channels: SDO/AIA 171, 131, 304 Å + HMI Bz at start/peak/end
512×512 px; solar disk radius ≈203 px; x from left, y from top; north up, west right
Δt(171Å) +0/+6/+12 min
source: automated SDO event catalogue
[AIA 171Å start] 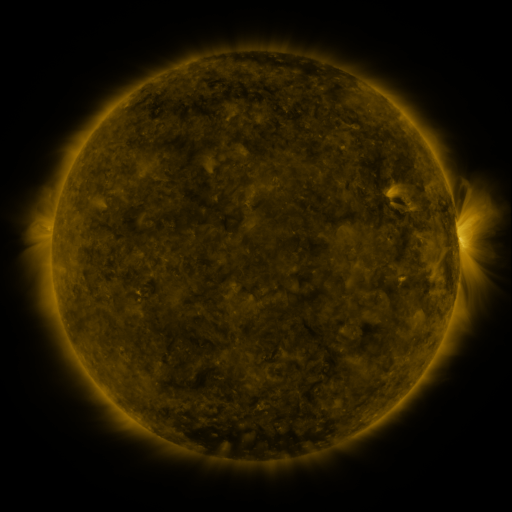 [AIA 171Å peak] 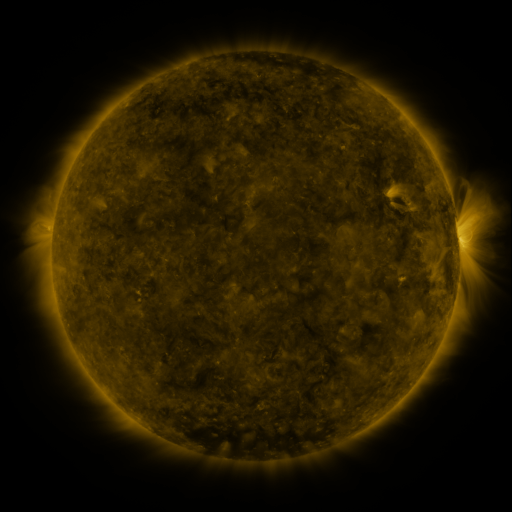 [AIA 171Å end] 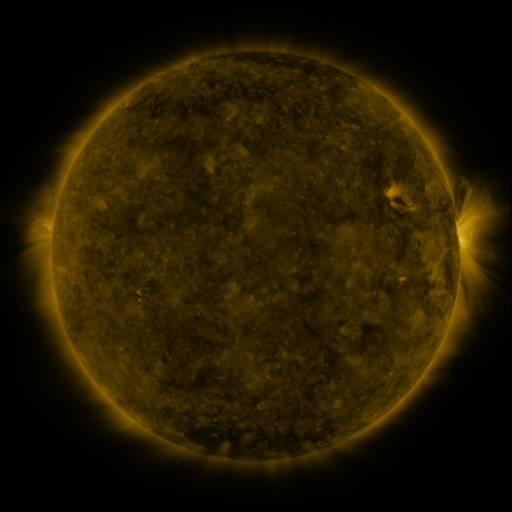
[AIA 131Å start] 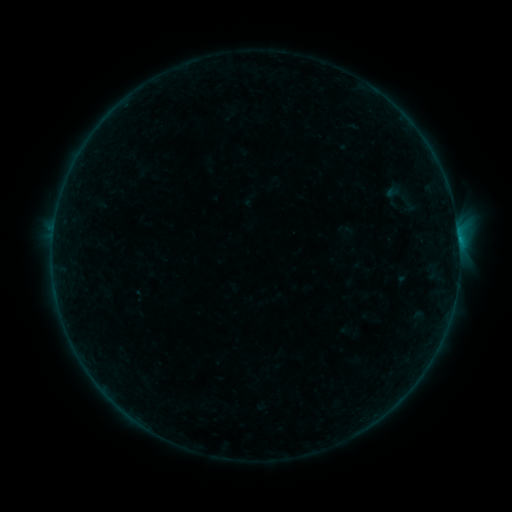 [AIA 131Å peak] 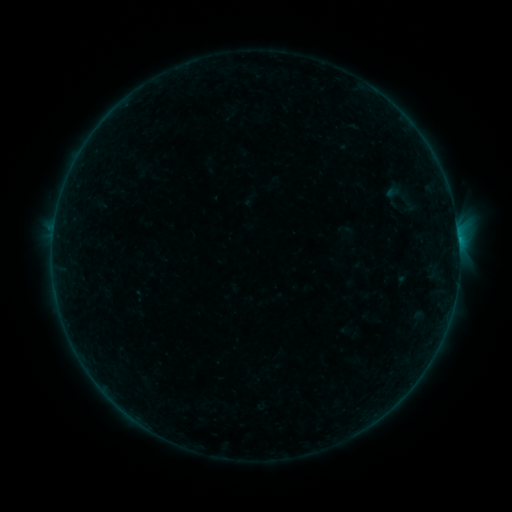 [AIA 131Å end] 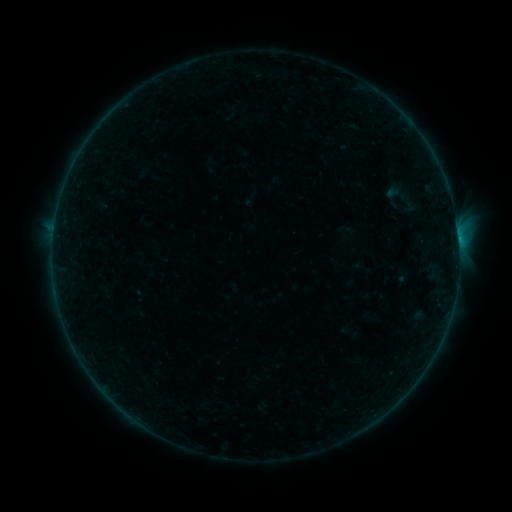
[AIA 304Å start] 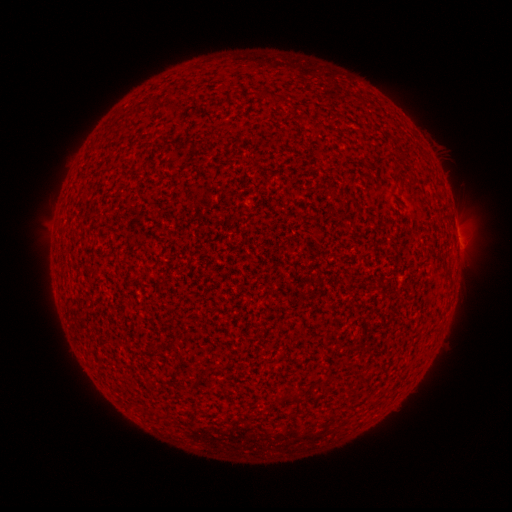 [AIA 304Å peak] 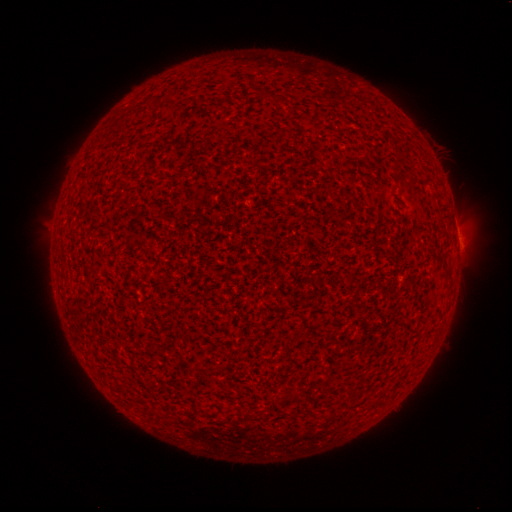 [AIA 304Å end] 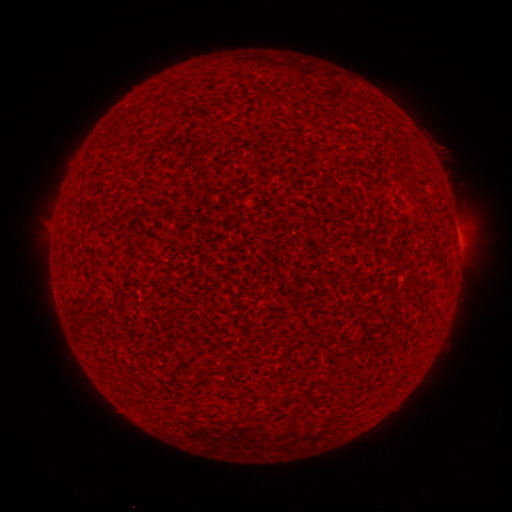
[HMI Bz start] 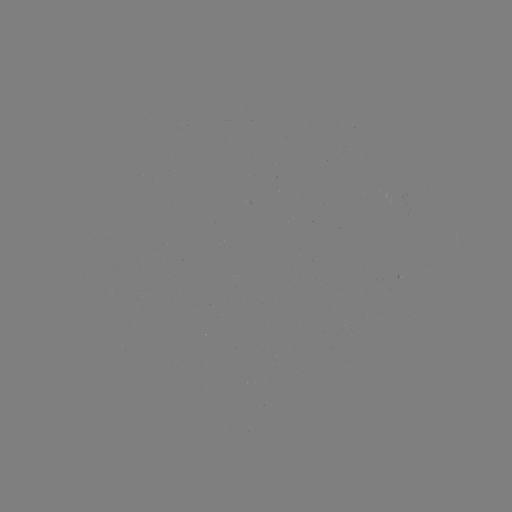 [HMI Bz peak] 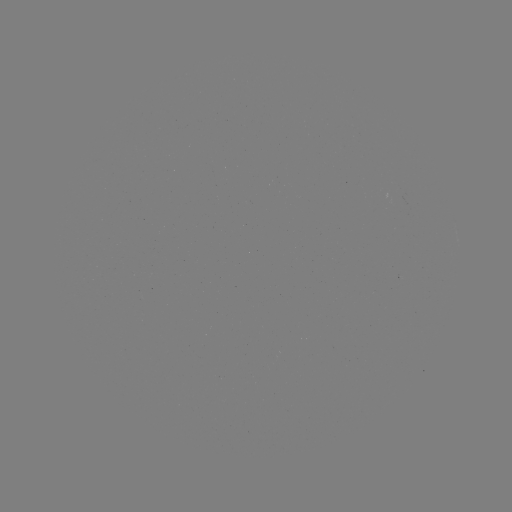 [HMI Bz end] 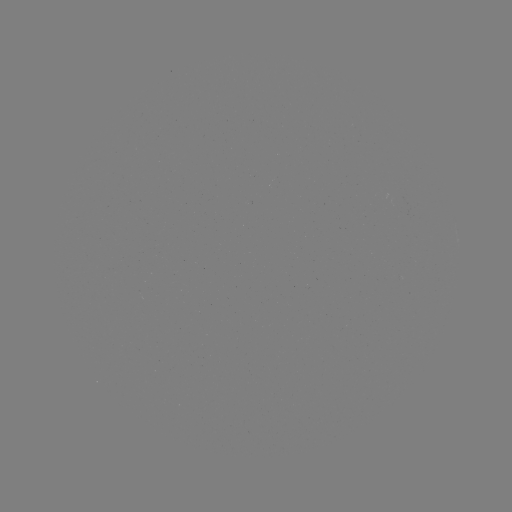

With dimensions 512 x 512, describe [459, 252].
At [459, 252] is A9.1 flare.